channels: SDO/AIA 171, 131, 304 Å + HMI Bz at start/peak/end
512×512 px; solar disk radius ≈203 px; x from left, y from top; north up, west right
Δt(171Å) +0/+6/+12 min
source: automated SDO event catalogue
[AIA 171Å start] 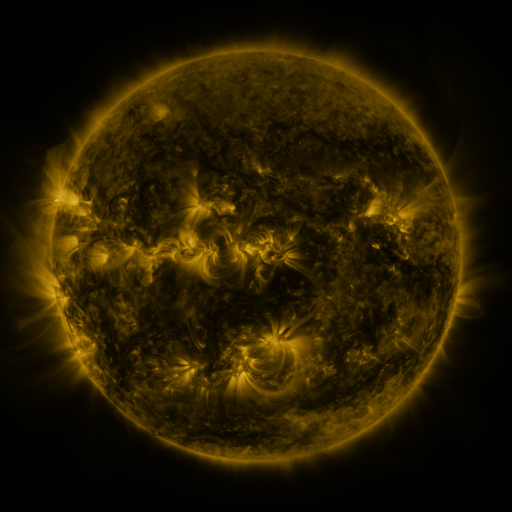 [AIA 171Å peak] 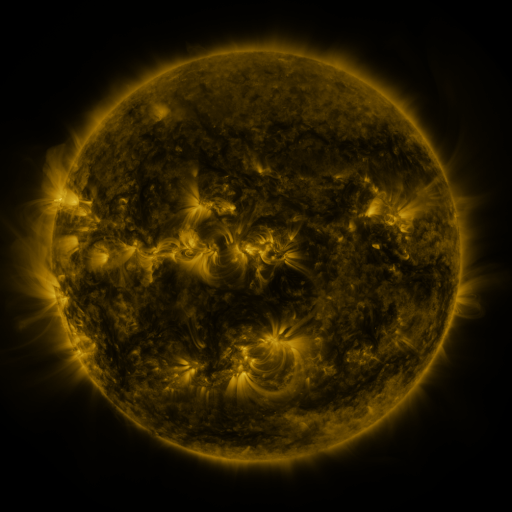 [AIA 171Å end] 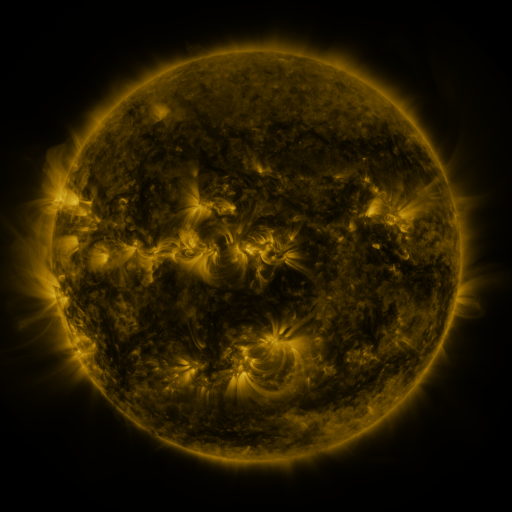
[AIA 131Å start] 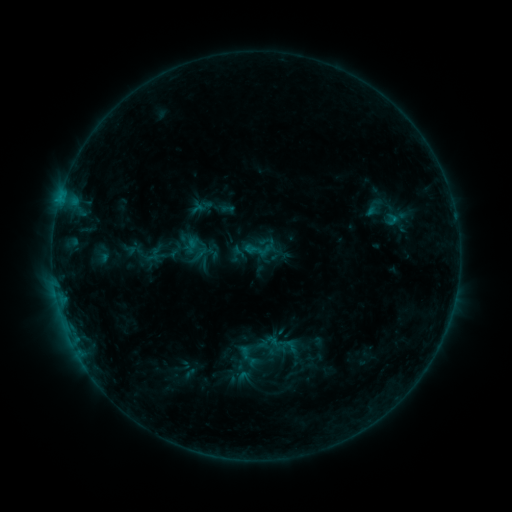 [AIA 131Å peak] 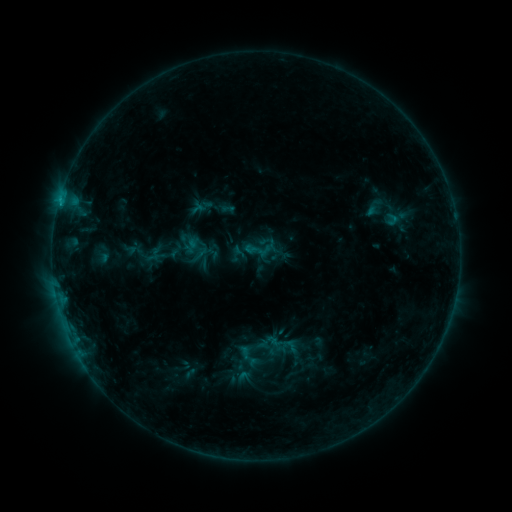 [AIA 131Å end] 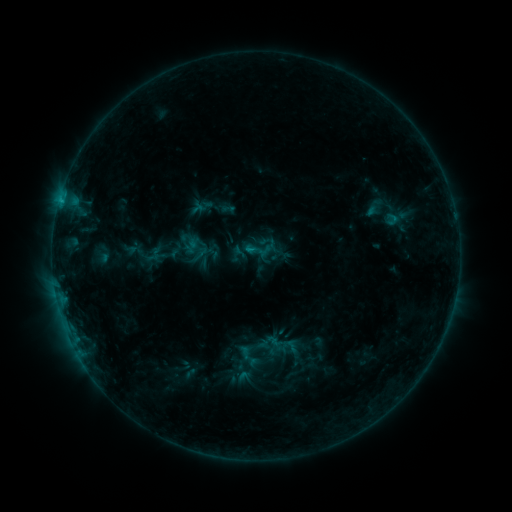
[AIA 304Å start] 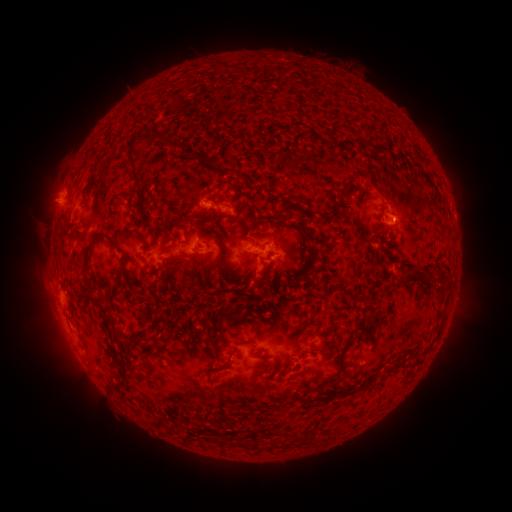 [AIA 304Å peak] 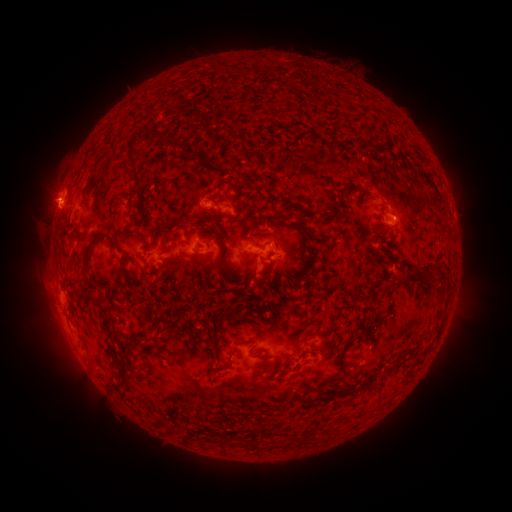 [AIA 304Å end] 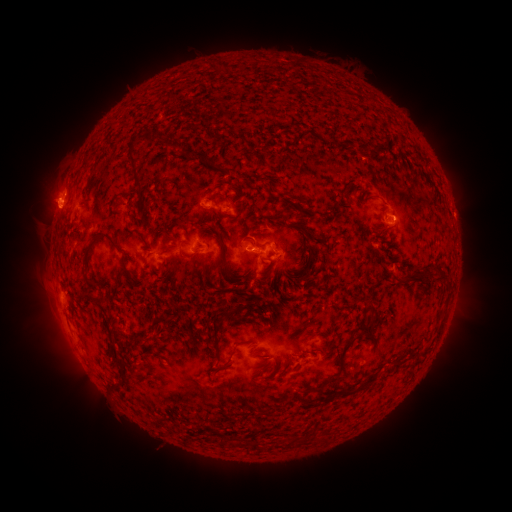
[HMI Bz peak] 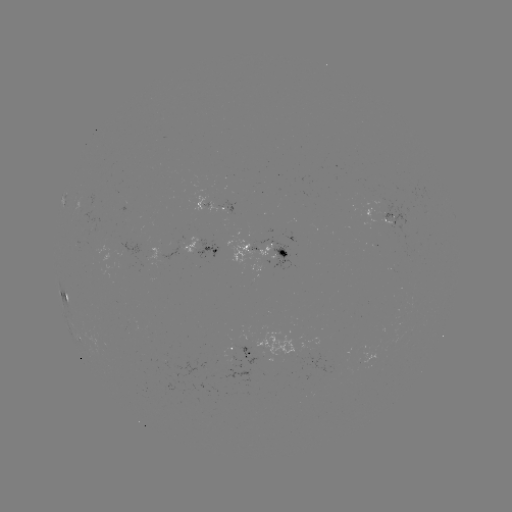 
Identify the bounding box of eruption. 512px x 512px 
[22, 168, 75, 230].